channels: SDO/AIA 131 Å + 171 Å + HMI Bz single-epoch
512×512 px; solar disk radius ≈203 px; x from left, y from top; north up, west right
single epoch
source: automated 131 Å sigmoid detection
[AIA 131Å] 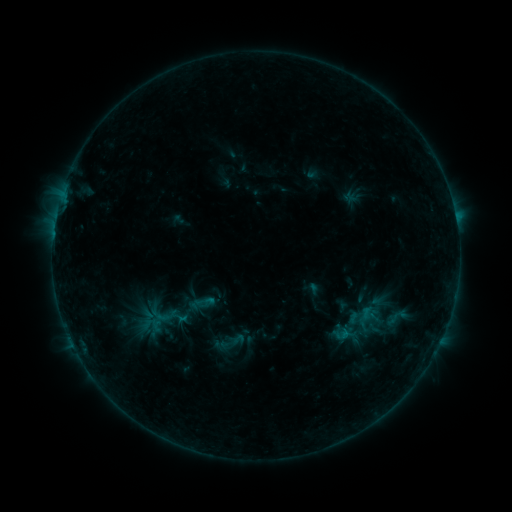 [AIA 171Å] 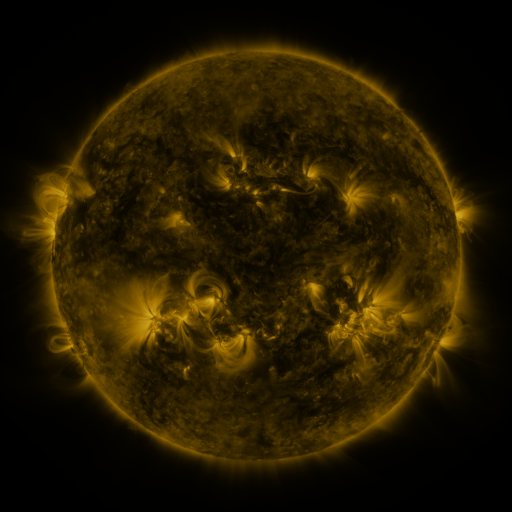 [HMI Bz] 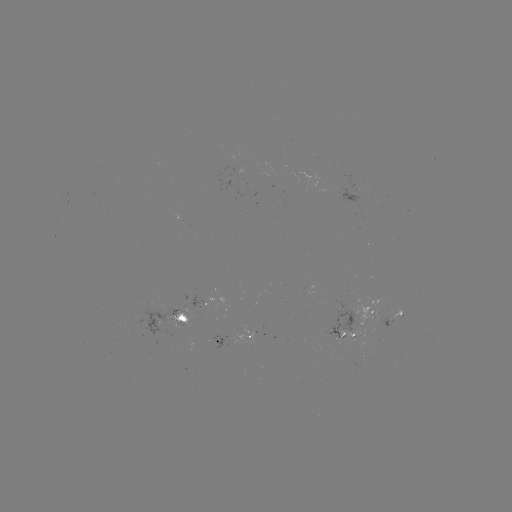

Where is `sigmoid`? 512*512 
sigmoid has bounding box [385, 304, 408, 330].